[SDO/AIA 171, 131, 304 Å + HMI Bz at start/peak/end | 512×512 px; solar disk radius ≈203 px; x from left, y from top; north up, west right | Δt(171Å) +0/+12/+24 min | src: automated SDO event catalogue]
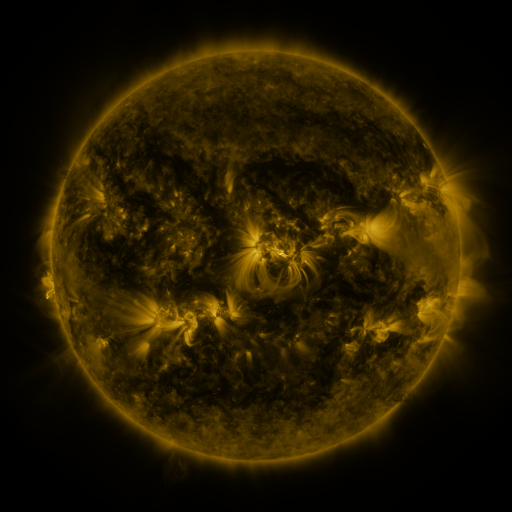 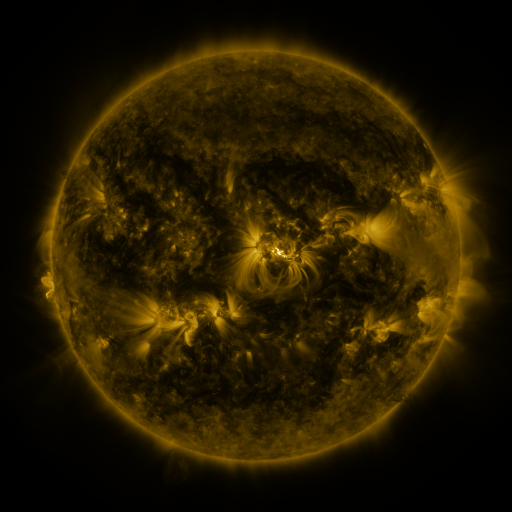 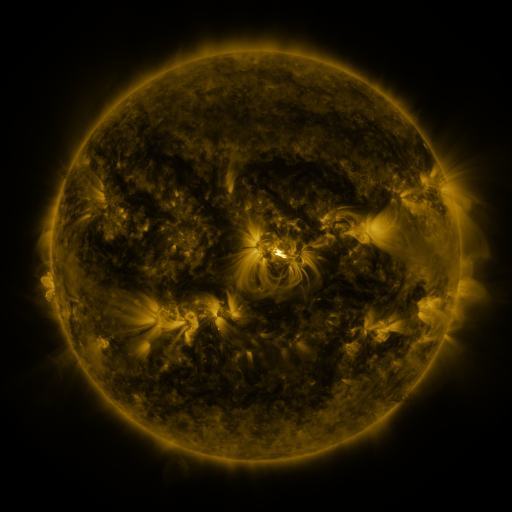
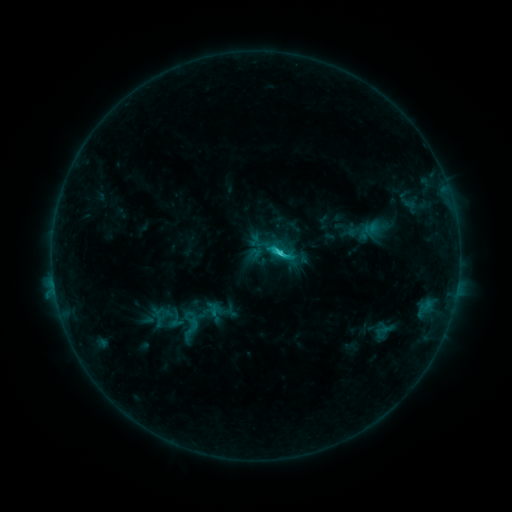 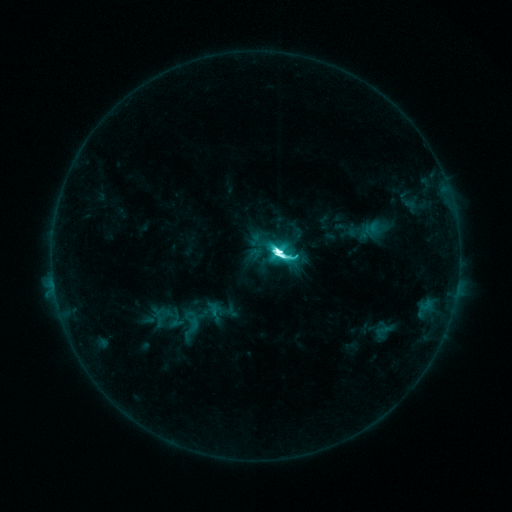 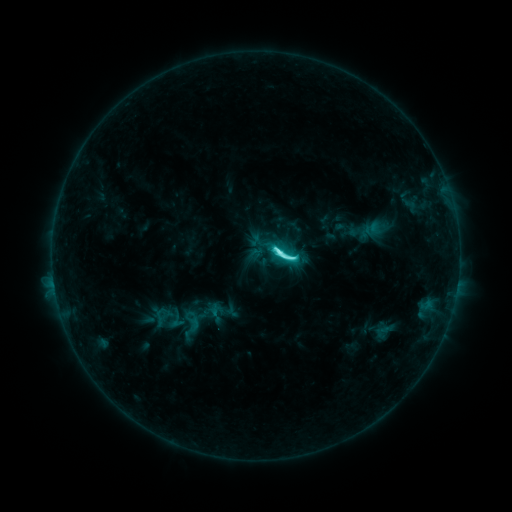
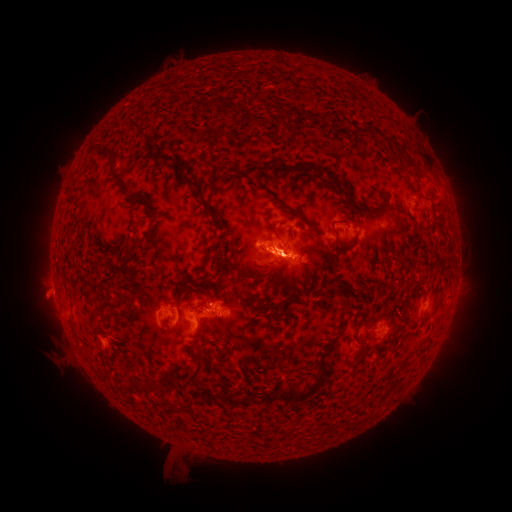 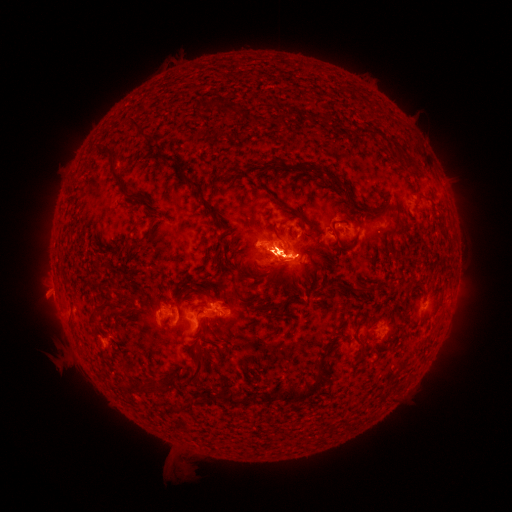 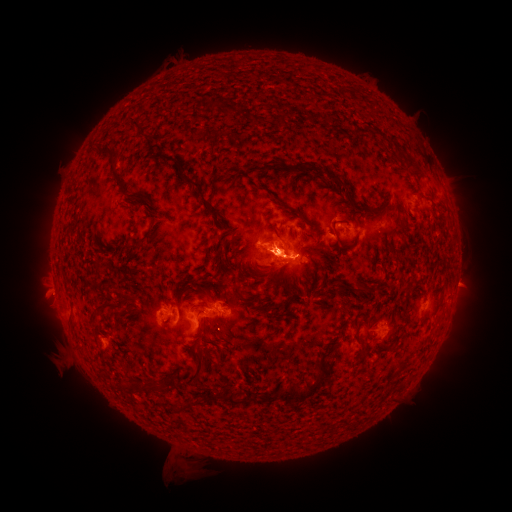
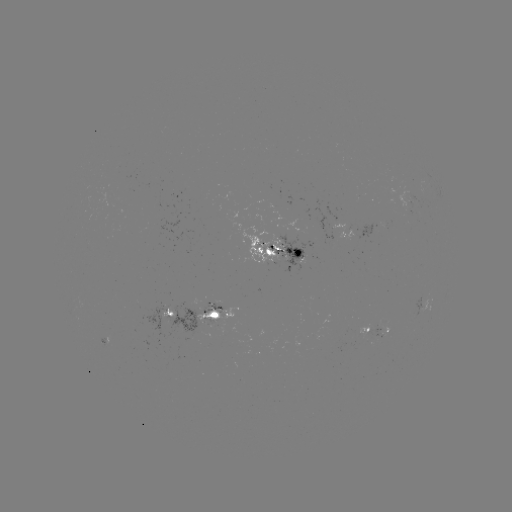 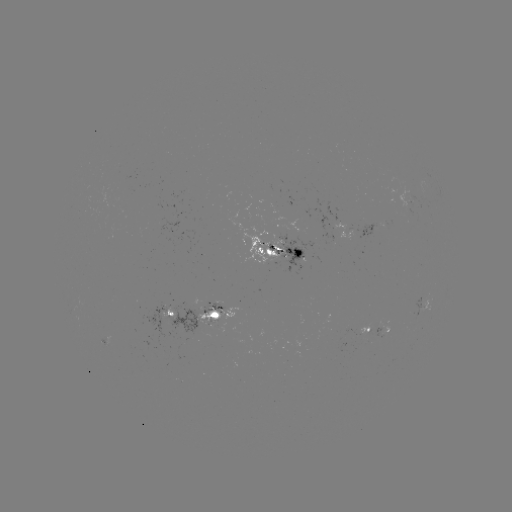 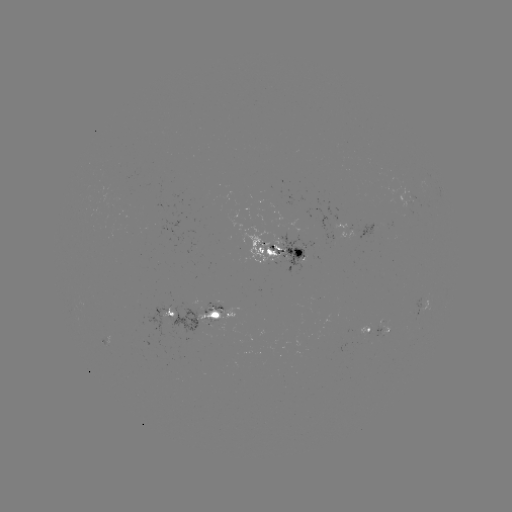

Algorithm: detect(M2.7 flare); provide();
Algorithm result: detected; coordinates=[277, 256]